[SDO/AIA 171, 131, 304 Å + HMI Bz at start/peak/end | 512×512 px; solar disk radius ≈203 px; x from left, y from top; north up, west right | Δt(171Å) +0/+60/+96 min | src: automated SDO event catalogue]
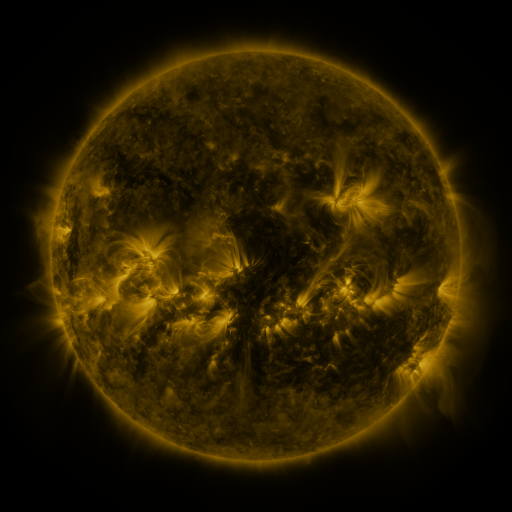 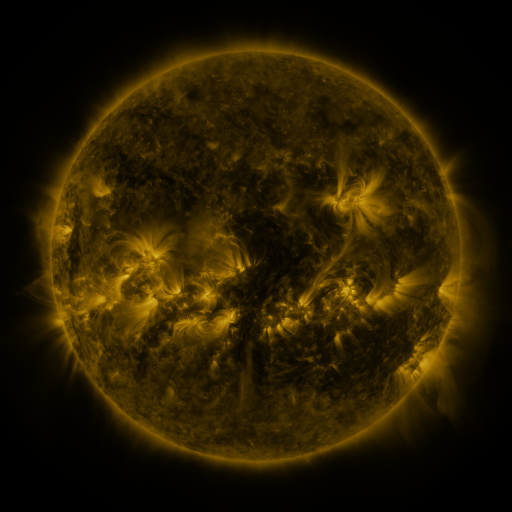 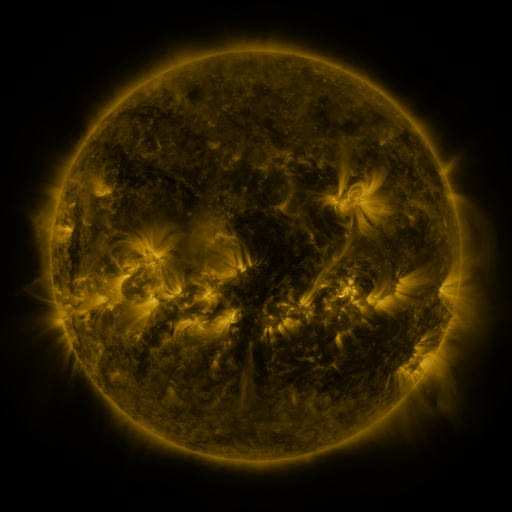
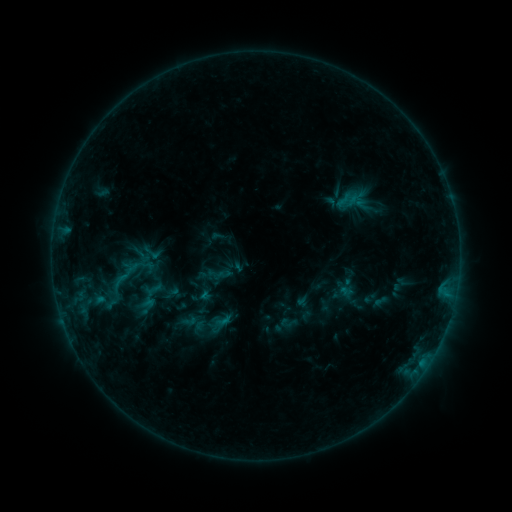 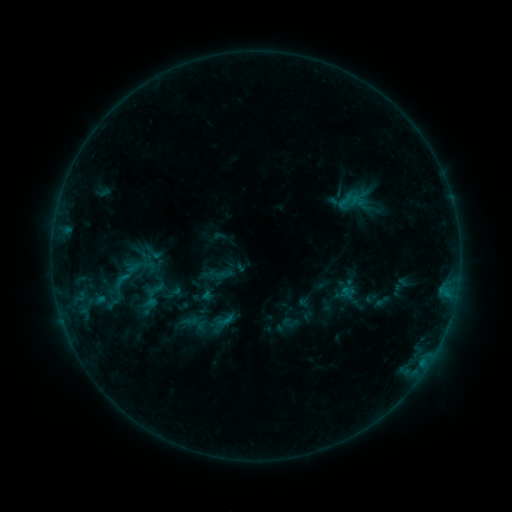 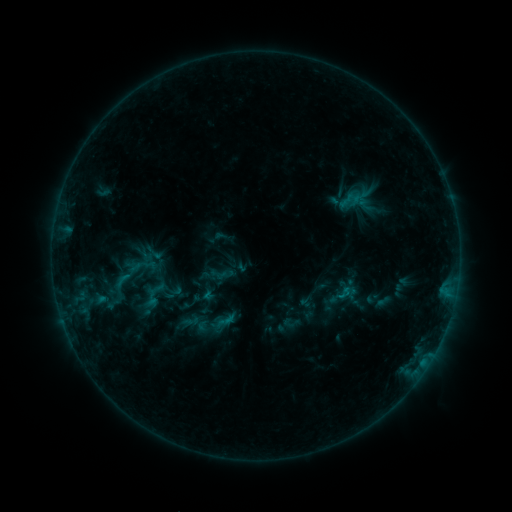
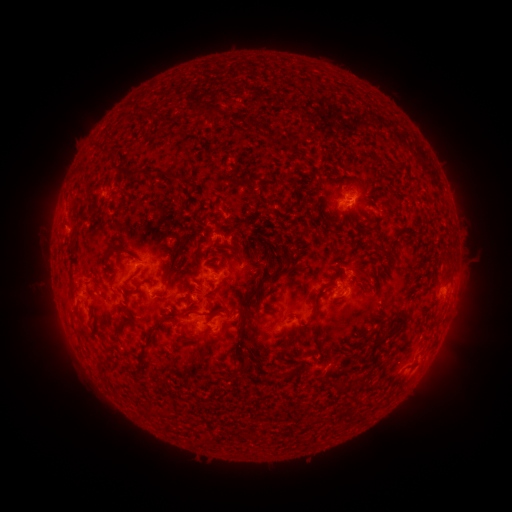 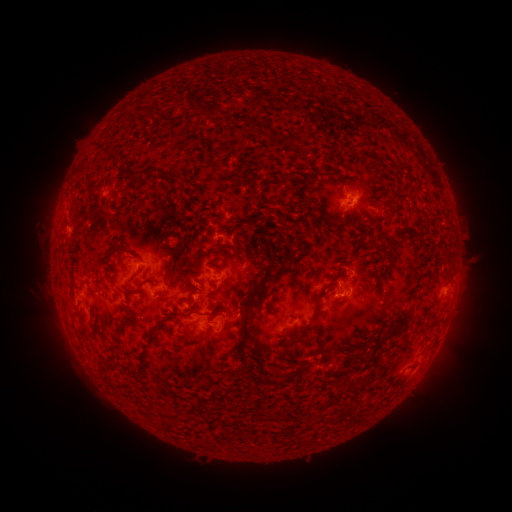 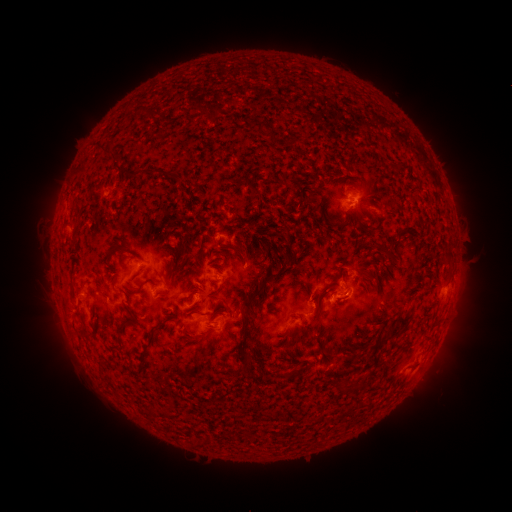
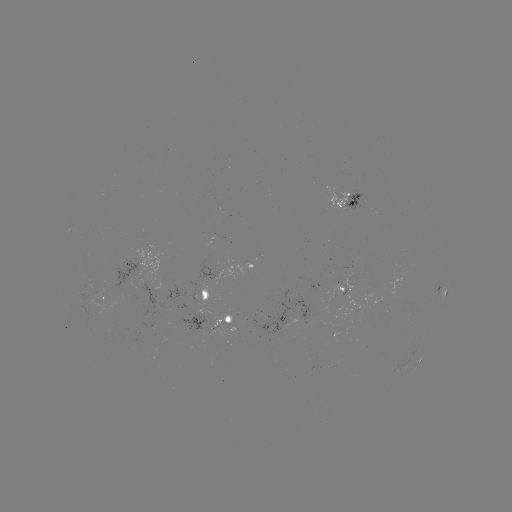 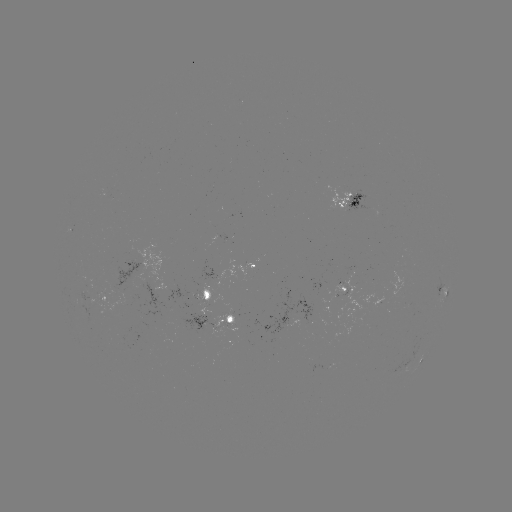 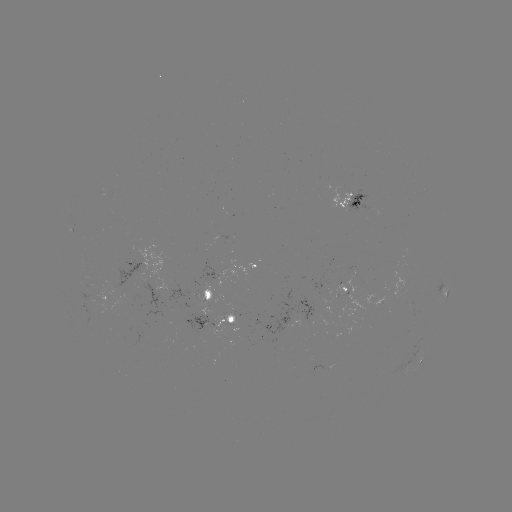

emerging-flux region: [91, 300, 108, 315]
